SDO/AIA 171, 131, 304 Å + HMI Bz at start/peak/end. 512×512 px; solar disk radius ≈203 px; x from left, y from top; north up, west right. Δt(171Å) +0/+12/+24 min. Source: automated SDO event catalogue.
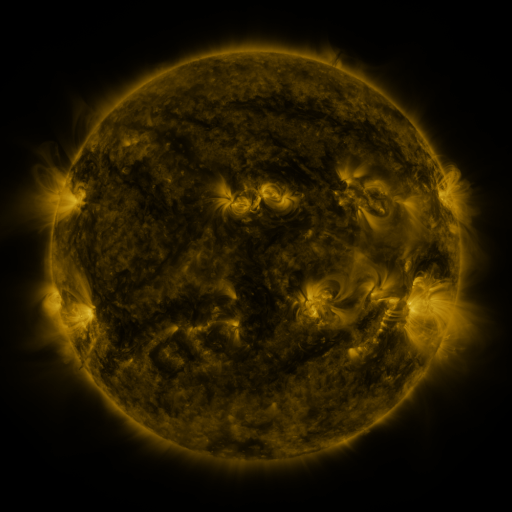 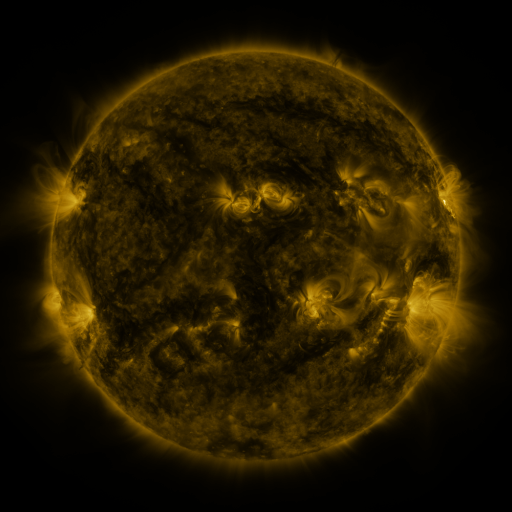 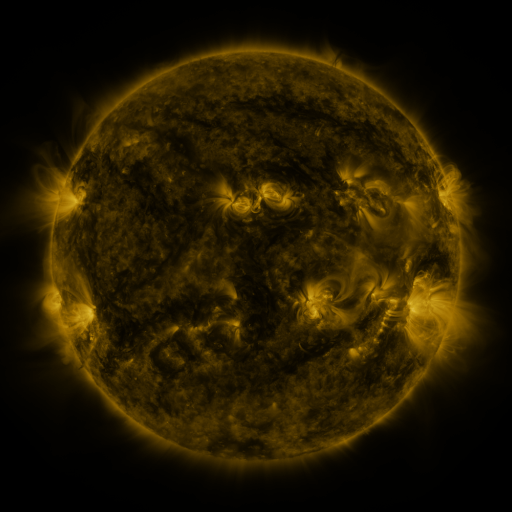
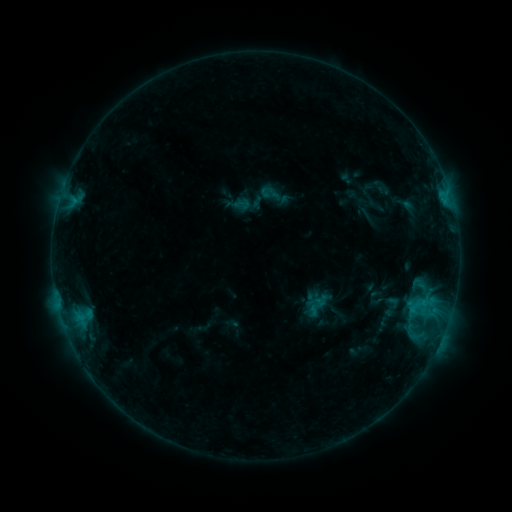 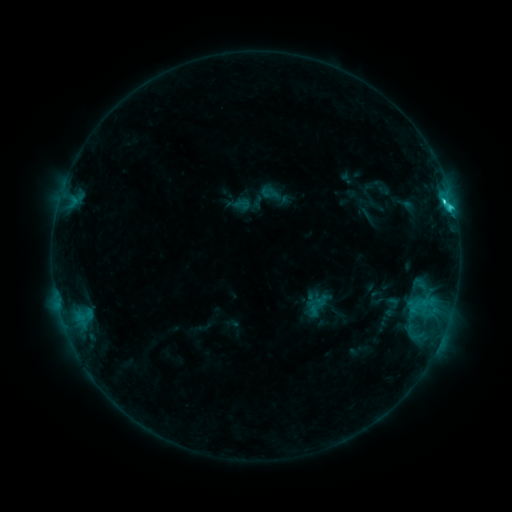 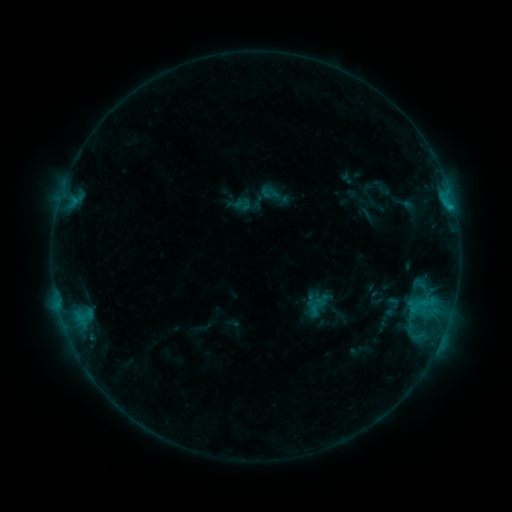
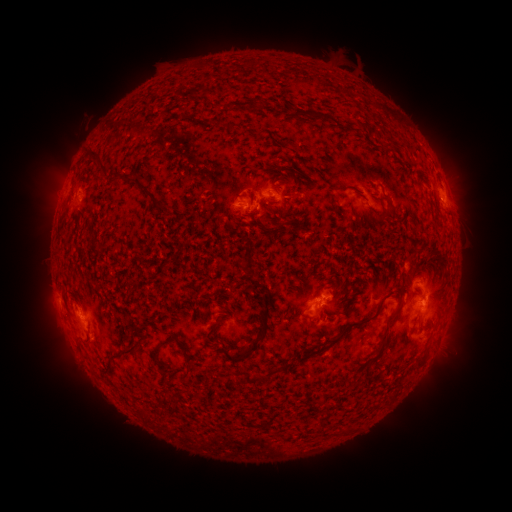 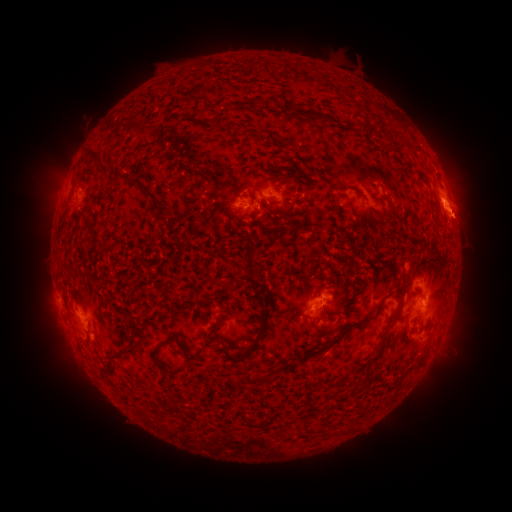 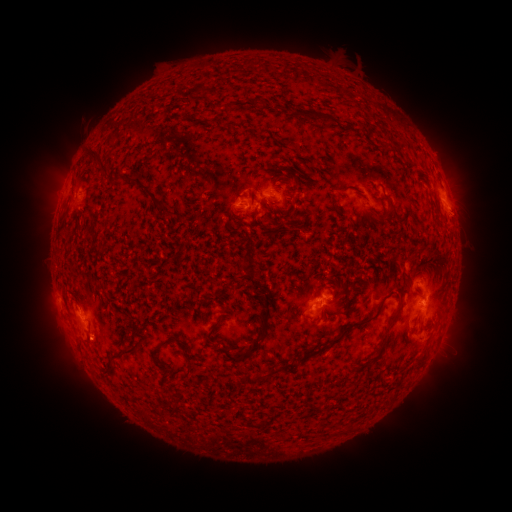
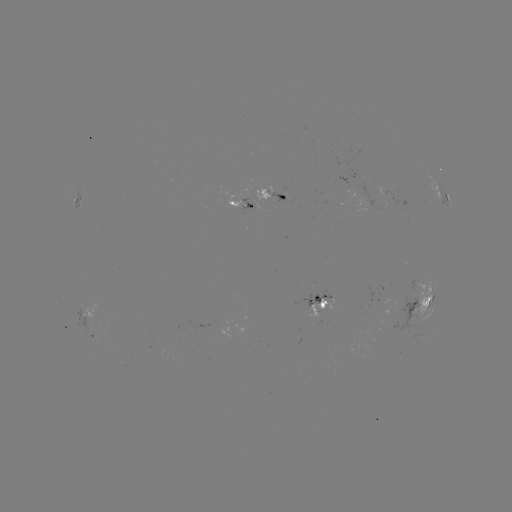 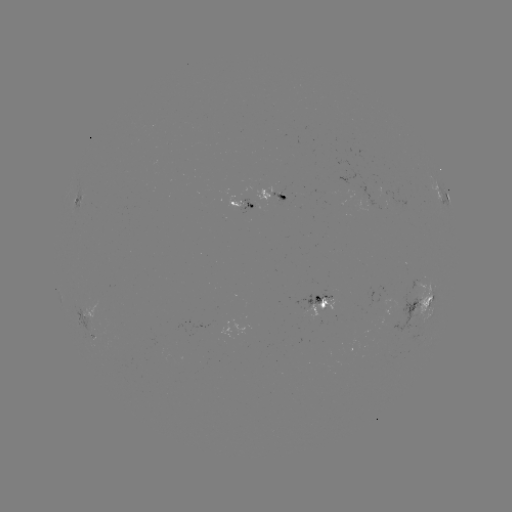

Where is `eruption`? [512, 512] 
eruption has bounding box [339, 120, 511, 389].